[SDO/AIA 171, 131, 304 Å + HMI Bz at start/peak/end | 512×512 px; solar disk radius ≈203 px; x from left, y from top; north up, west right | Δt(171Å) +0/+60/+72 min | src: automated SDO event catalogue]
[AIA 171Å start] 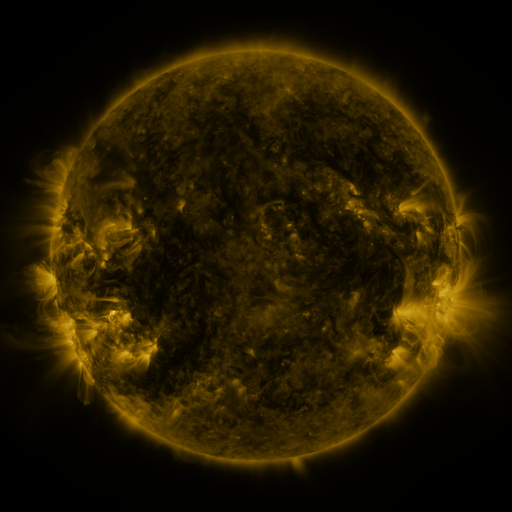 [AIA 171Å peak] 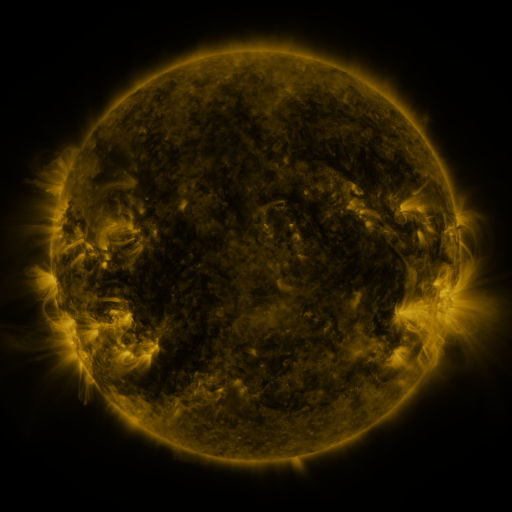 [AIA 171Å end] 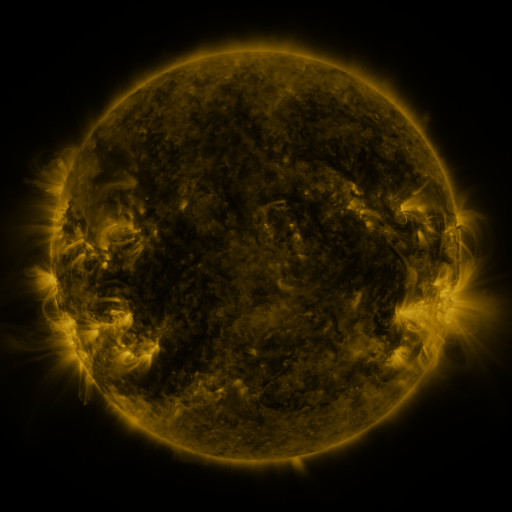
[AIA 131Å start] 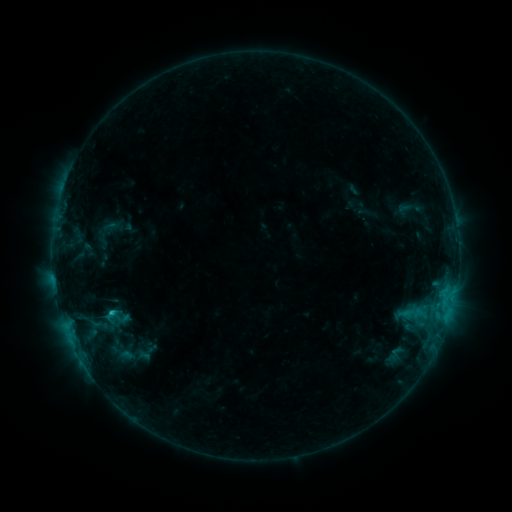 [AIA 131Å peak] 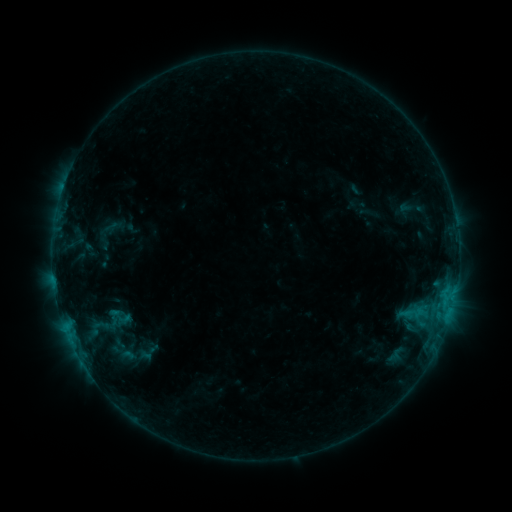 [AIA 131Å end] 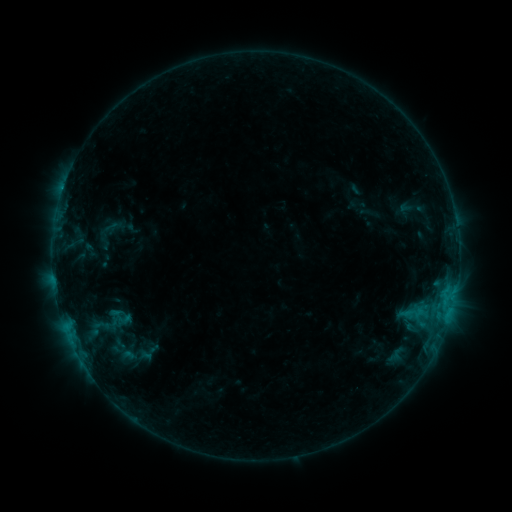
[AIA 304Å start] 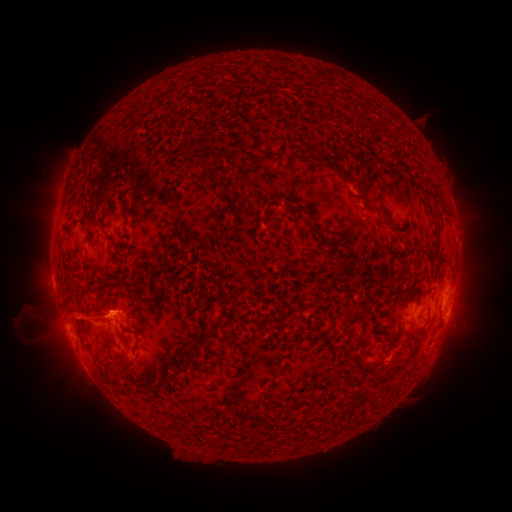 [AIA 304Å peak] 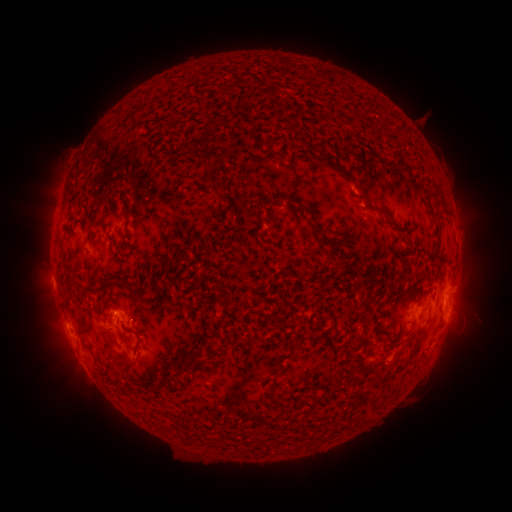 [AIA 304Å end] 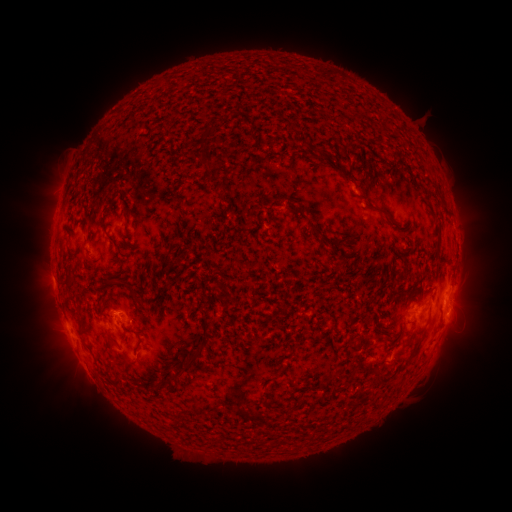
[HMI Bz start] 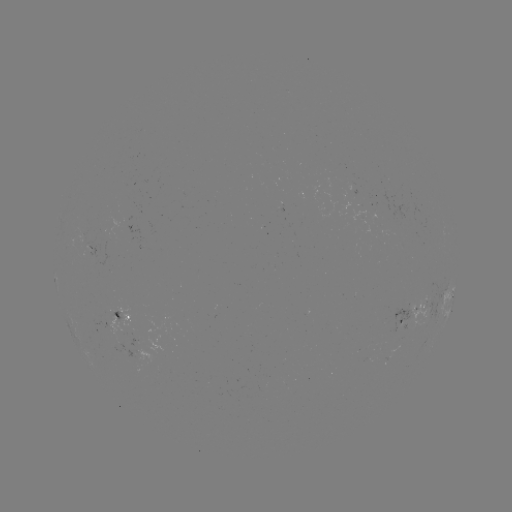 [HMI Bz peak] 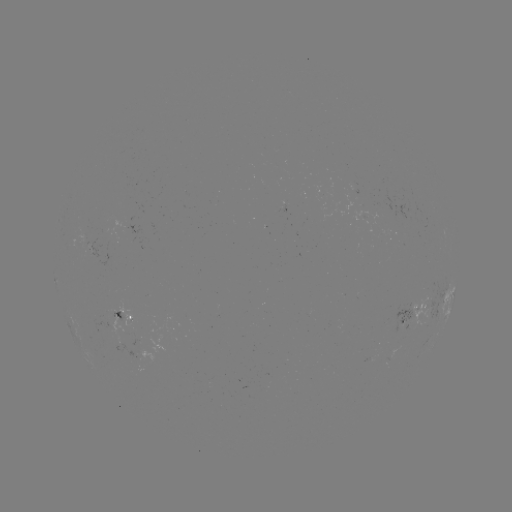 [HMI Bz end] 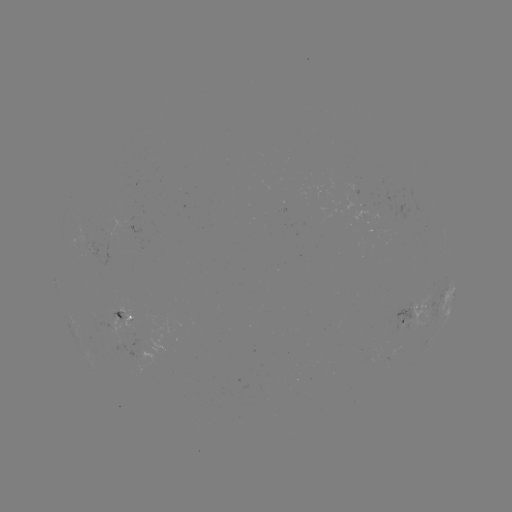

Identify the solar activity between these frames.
emerging-flux region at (366, 208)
